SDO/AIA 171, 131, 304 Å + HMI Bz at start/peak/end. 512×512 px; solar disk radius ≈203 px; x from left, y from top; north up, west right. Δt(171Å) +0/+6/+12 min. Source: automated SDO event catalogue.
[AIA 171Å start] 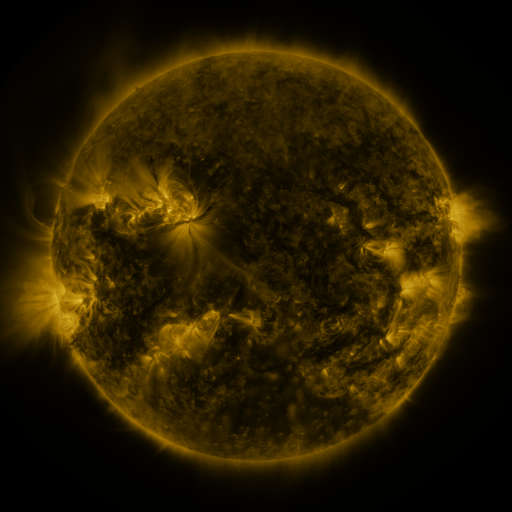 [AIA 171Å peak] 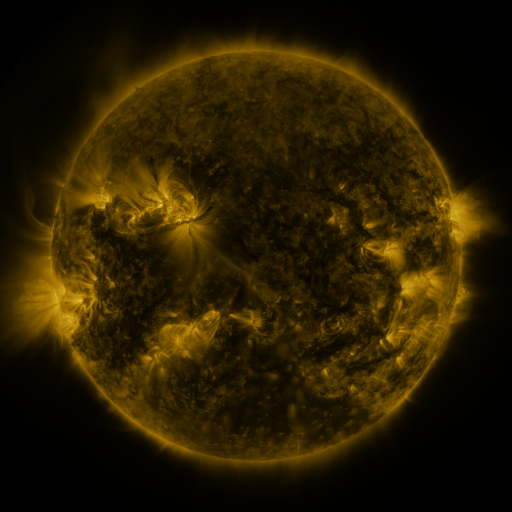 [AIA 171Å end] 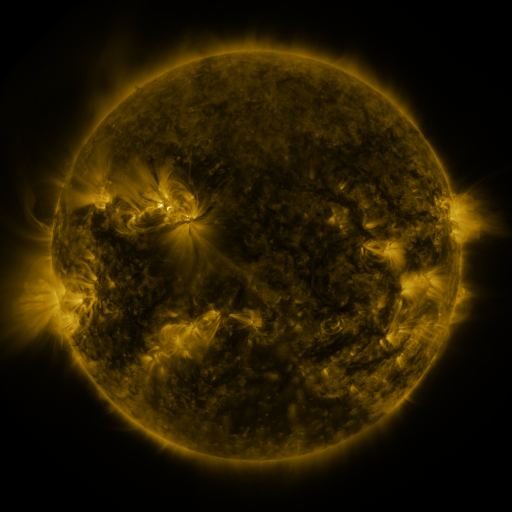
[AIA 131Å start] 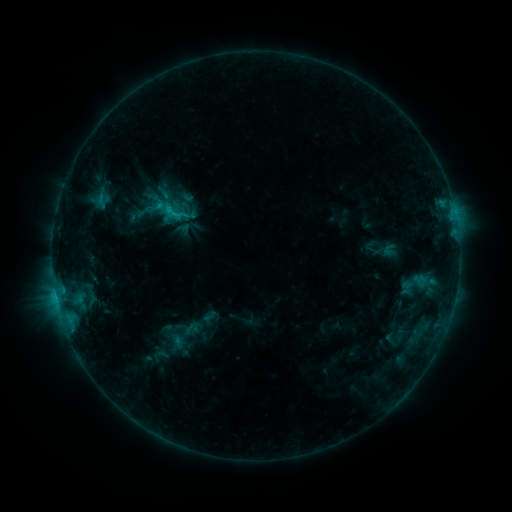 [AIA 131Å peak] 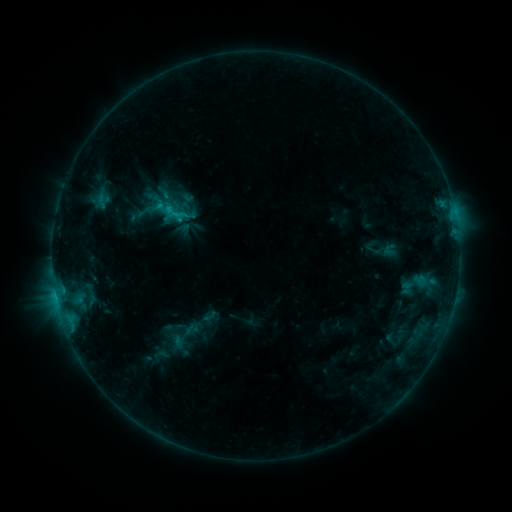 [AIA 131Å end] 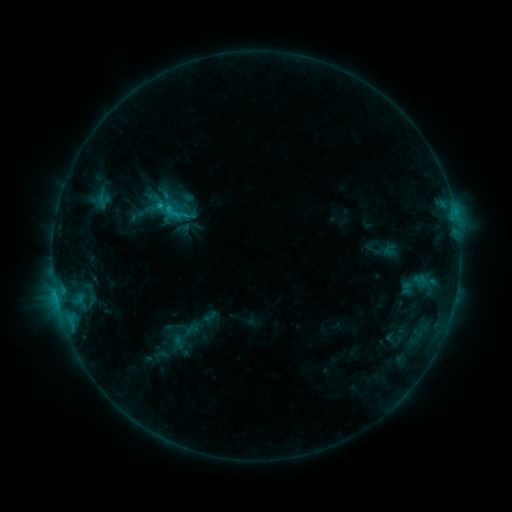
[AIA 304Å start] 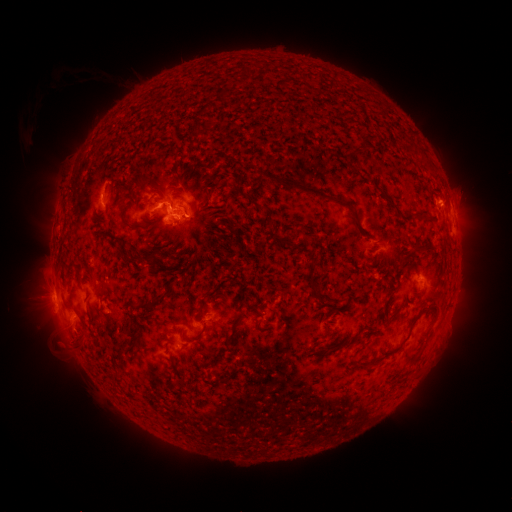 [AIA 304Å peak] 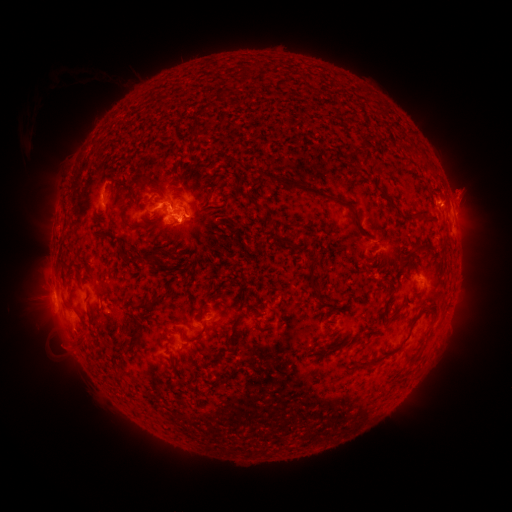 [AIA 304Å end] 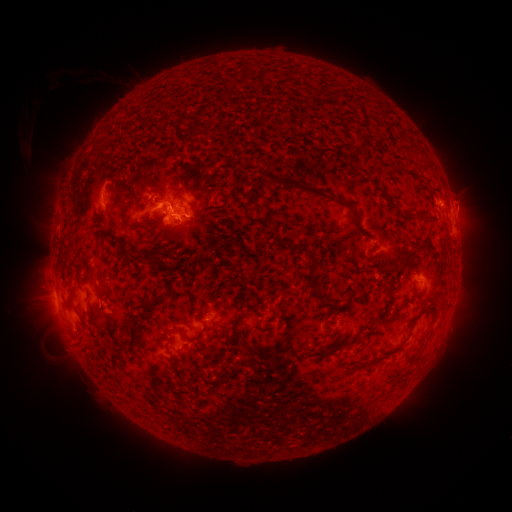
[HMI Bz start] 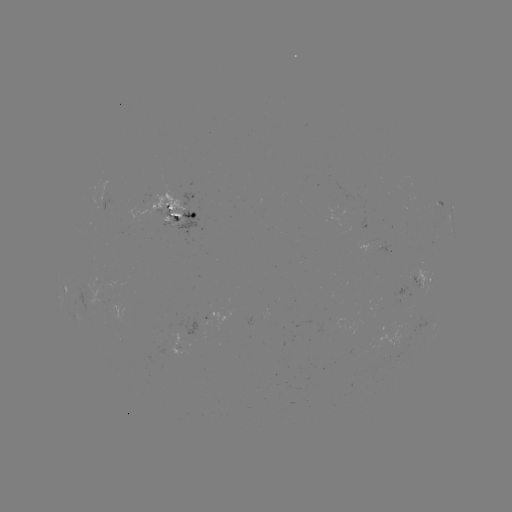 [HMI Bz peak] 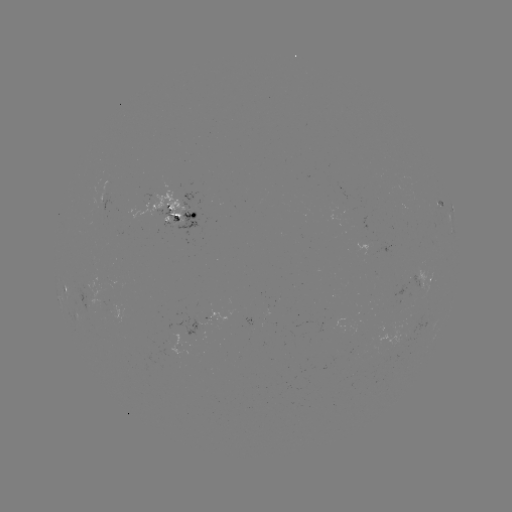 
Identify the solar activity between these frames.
eruption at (464, 194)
